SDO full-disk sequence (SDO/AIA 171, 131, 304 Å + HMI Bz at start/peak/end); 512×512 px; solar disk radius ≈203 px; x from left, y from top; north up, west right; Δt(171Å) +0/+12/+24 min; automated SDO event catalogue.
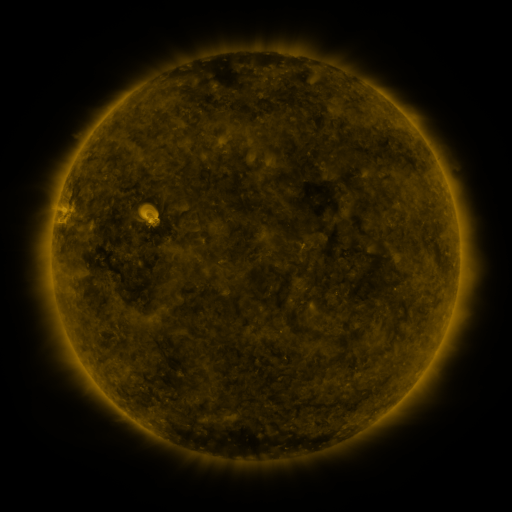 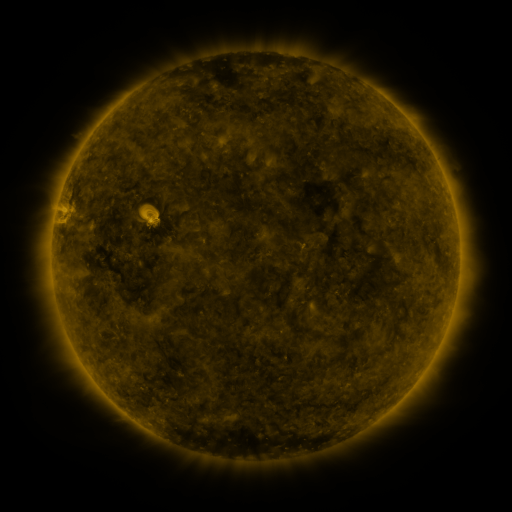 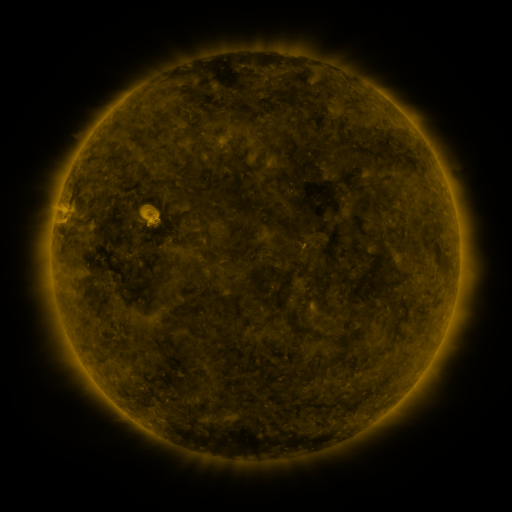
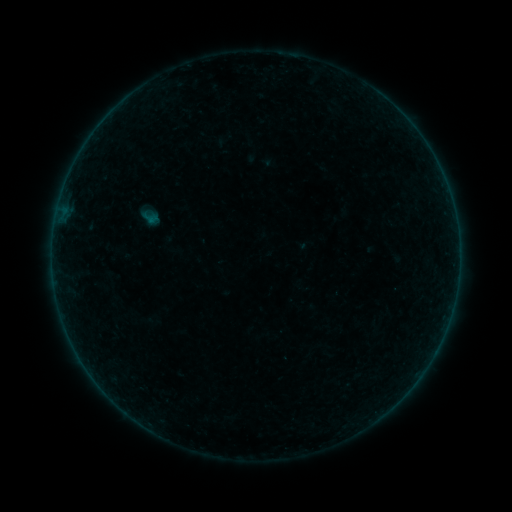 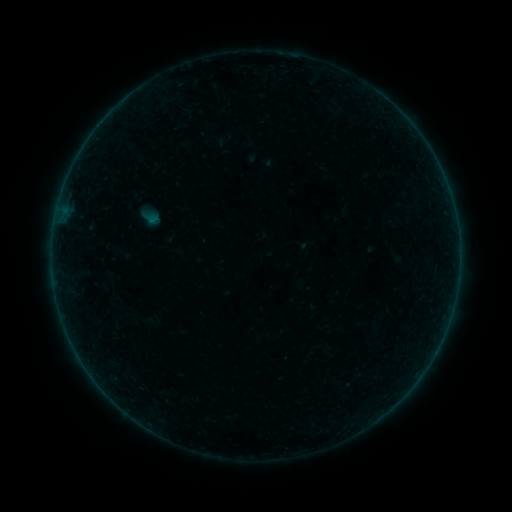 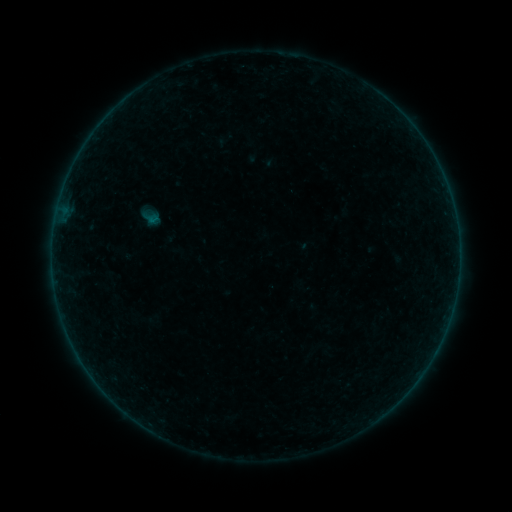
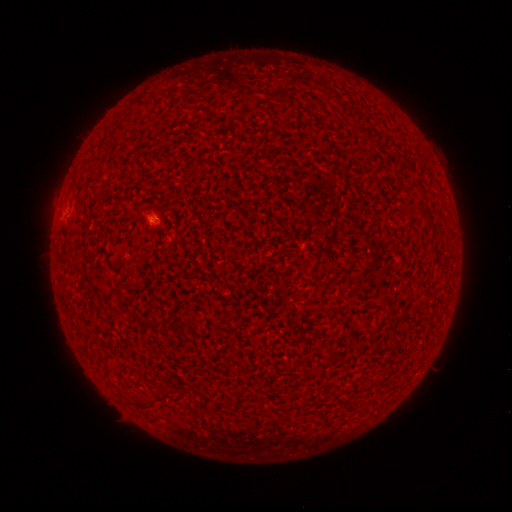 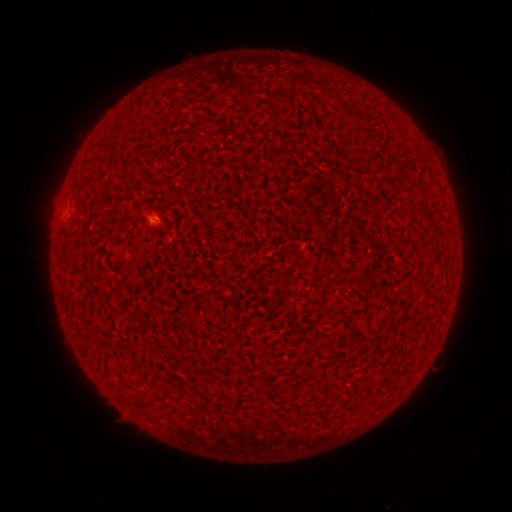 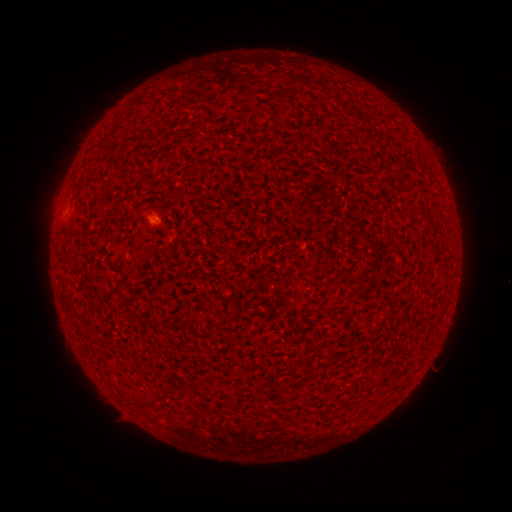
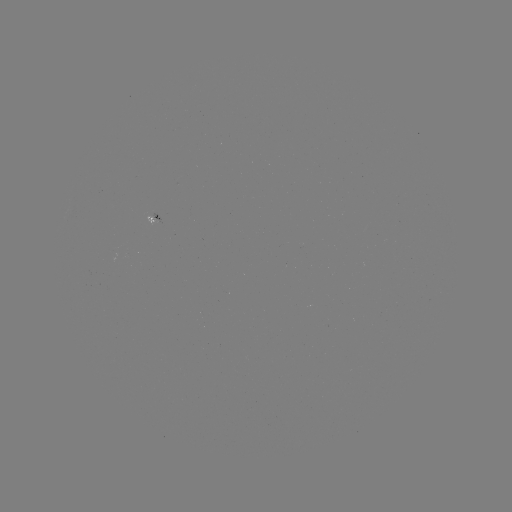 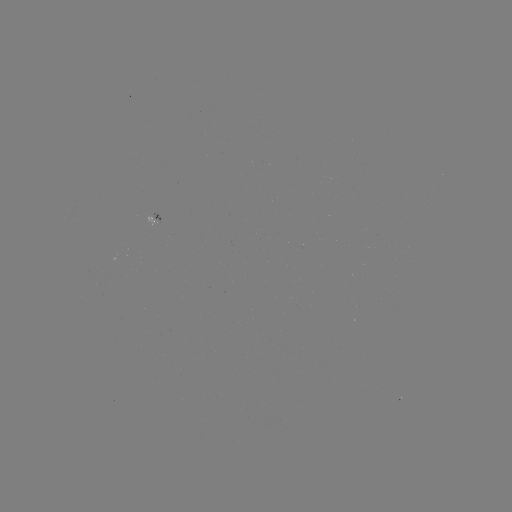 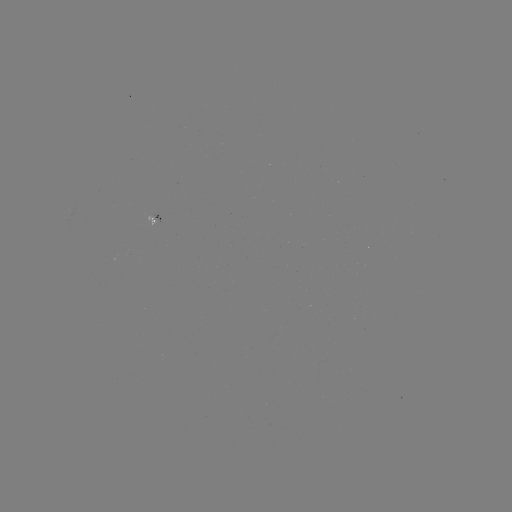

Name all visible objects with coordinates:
A4.8 flare: (154, 222)
